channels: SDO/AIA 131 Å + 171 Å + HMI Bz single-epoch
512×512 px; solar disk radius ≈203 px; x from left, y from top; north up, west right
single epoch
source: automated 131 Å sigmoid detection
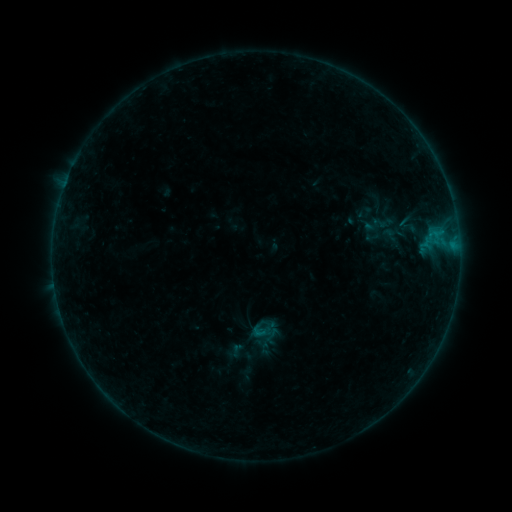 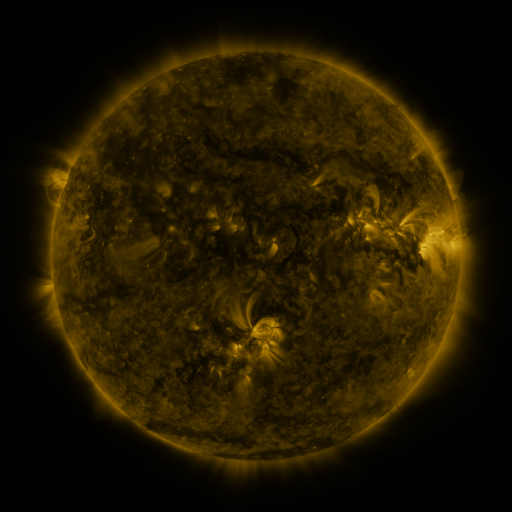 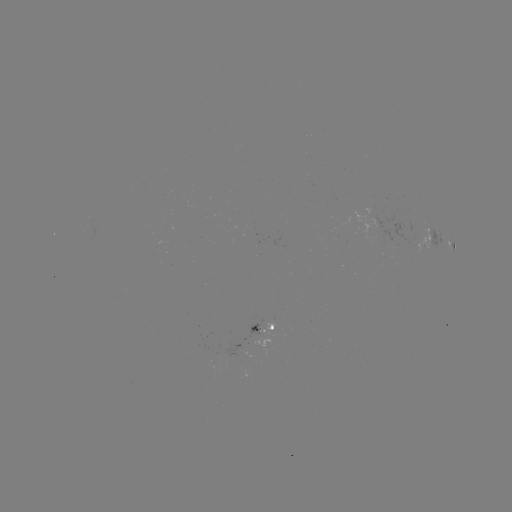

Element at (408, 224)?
sigmoid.